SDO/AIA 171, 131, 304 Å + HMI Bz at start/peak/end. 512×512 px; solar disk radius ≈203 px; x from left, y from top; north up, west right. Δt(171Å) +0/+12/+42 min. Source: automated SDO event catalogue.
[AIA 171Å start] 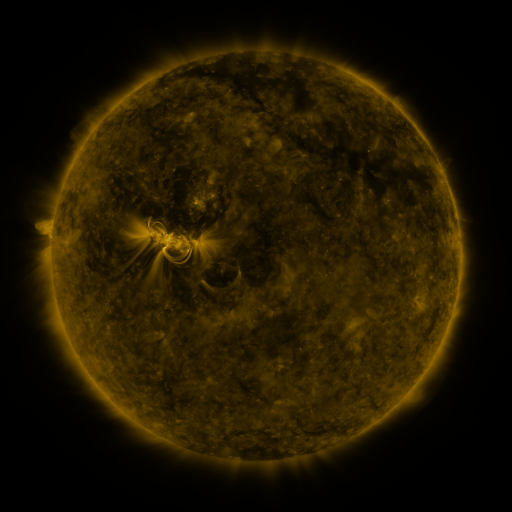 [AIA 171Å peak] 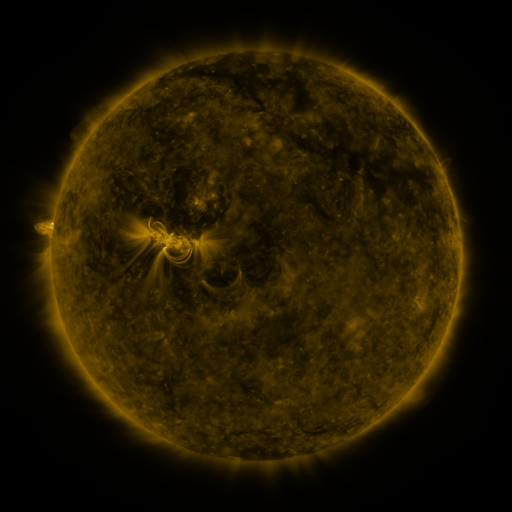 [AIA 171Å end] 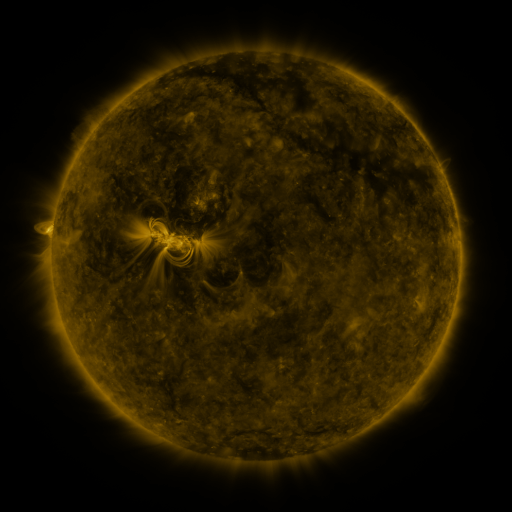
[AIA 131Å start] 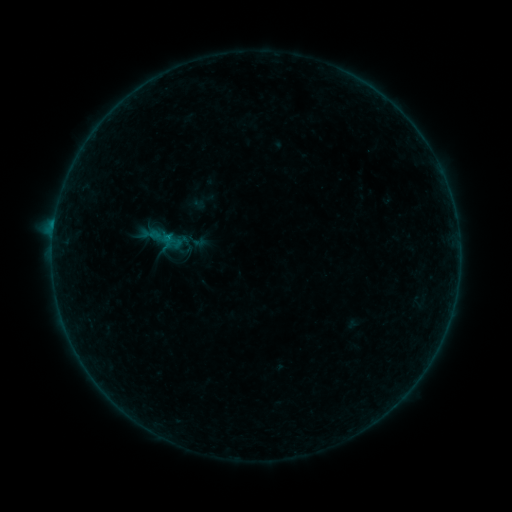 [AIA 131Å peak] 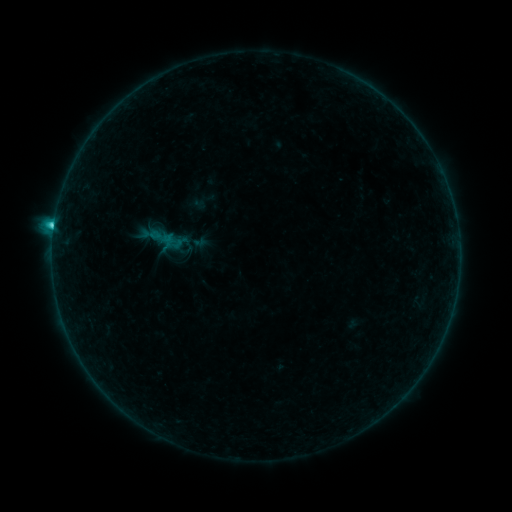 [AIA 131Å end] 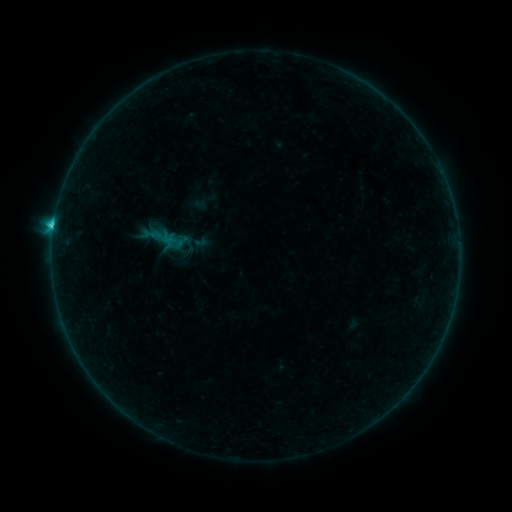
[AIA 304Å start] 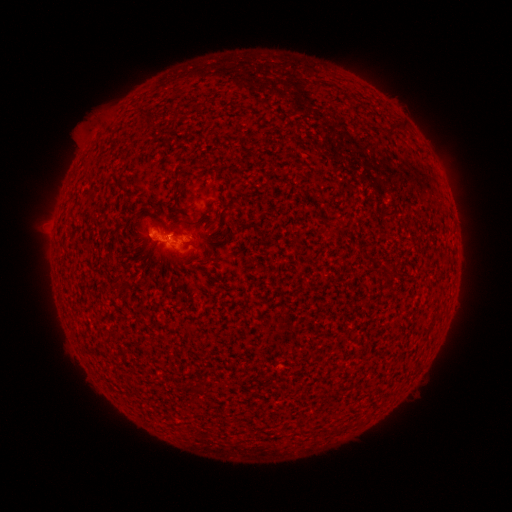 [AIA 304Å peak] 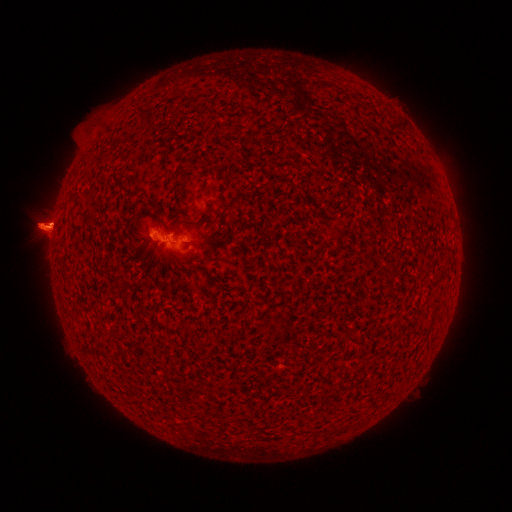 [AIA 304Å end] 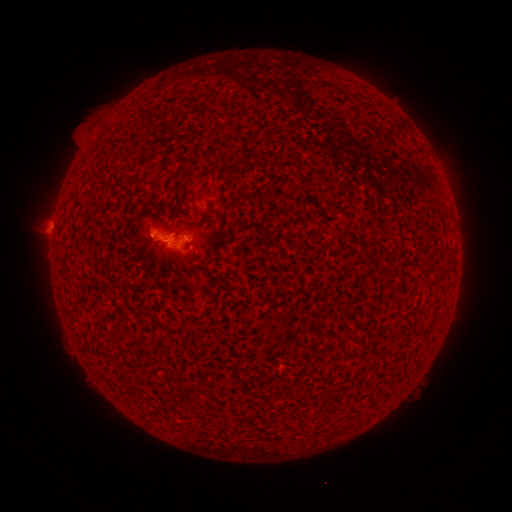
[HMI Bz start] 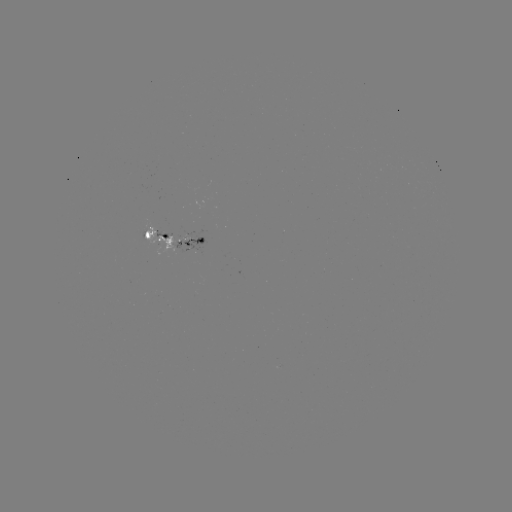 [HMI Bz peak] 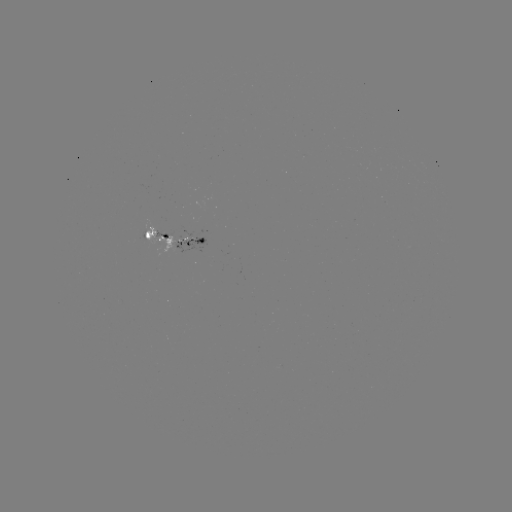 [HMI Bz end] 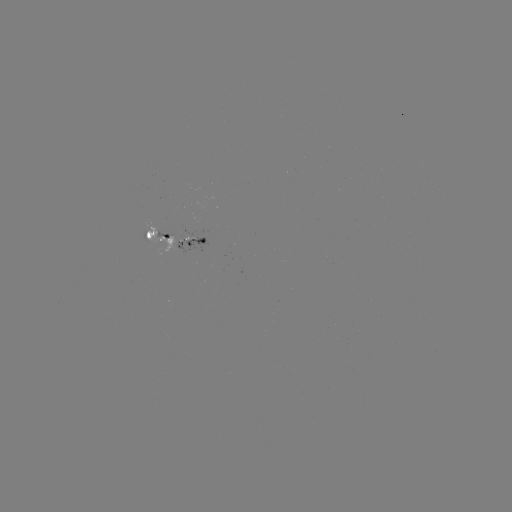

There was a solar flare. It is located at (54, 228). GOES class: C4.4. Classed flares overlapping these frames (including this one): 1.